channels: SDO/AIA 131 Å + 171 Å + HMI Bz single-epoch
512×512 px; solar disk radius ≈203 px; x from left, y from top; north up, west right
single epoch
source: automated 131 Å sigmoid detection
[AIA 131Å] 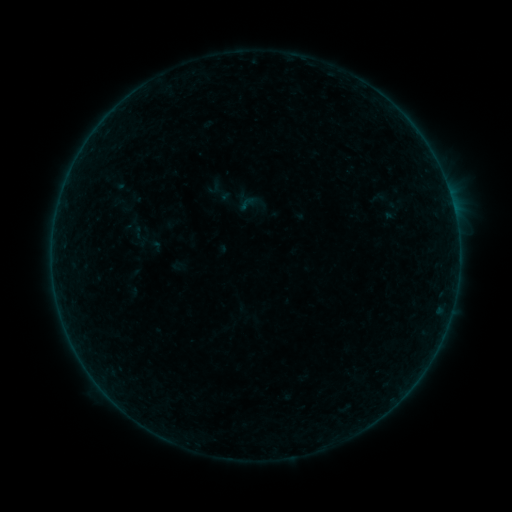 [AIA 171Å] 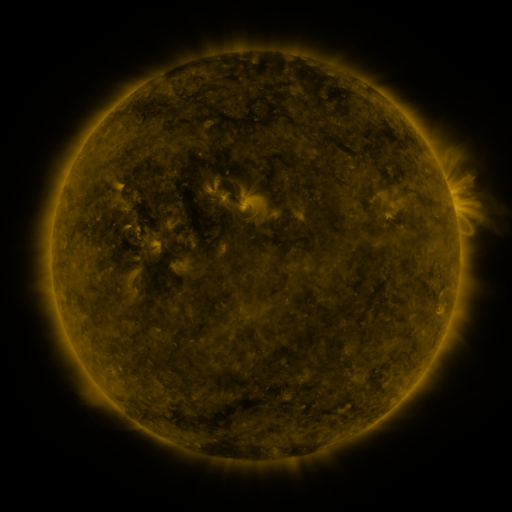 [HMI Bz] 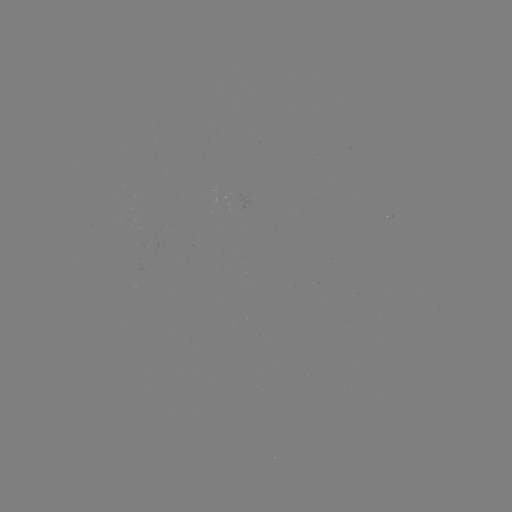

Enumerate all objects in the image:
sigmoid: (215, 187)
sigmoid: (145, 240)
